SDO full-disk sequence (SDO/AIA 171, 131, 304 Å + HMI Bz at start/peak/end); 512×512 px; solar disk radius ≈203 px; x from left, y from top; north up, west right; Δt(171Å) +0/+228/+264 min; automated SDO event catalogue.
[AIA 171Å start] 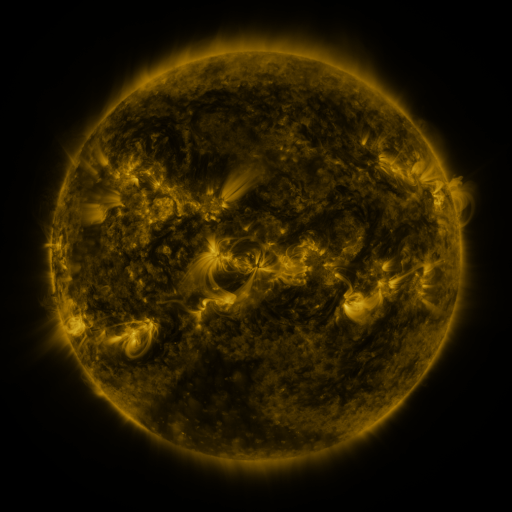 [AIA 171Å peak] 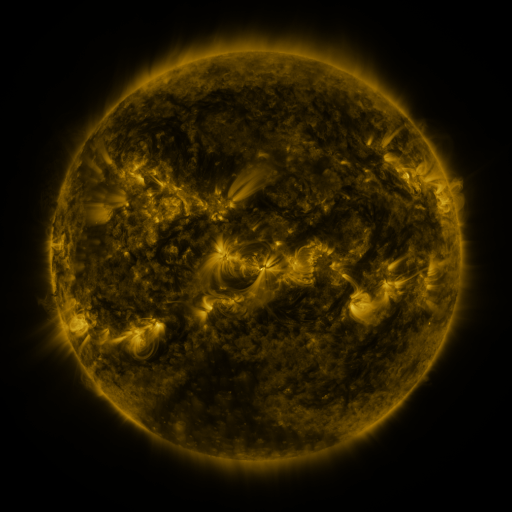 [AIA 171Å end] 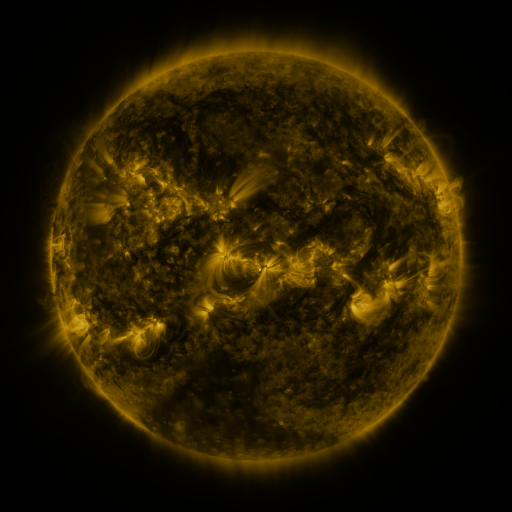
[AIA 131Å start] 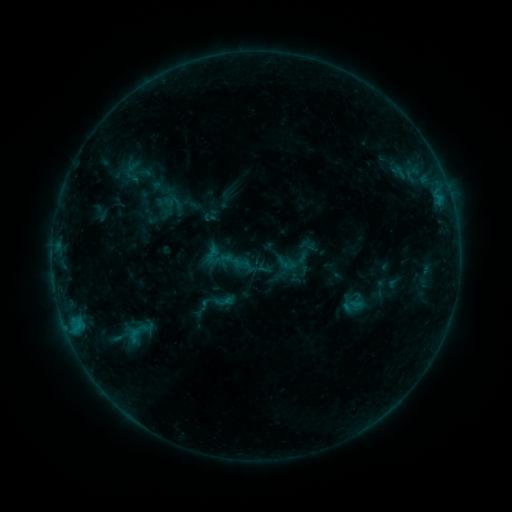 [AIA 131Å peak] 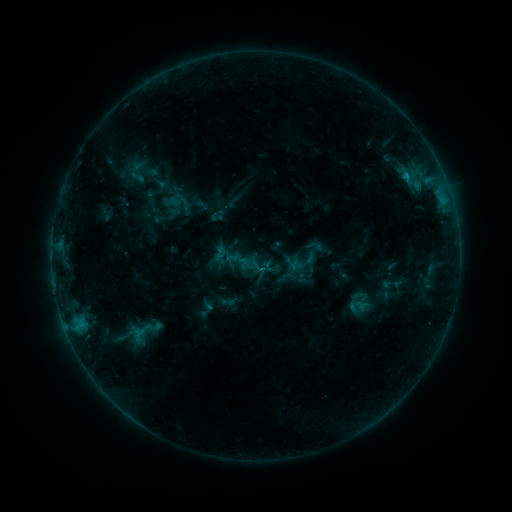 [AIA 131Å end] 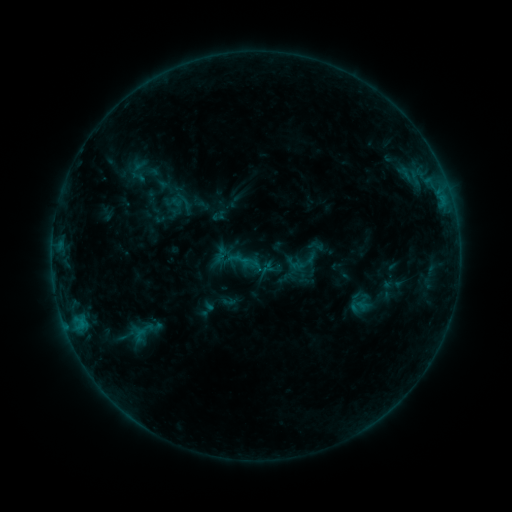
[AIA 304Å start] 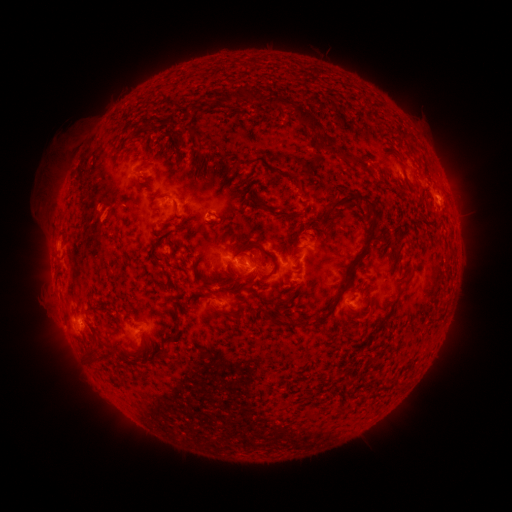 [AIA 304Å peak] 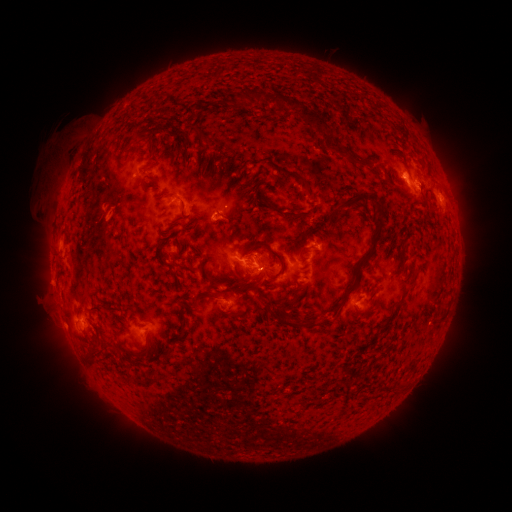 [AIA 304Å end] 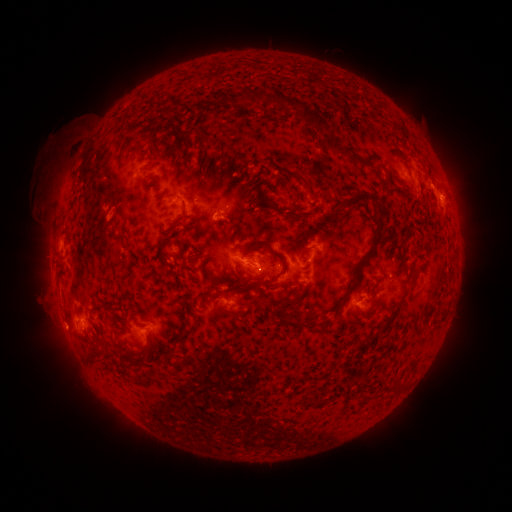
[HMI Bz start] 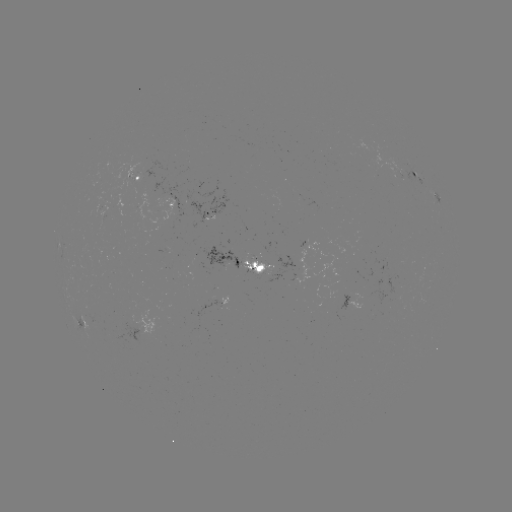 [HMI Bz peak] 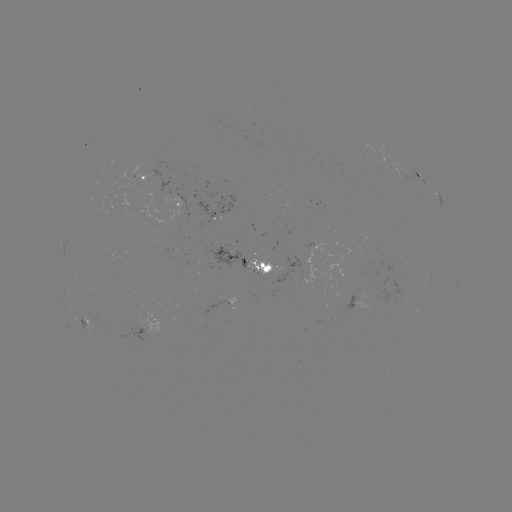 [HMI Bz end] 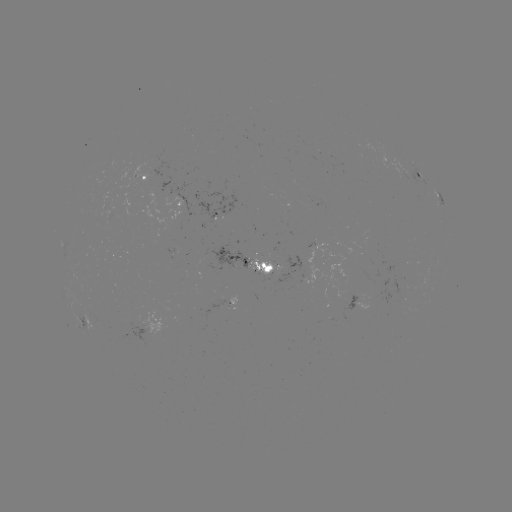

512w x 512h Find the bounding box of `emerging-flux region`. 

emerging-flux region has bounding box [247, 254, 279, 276].